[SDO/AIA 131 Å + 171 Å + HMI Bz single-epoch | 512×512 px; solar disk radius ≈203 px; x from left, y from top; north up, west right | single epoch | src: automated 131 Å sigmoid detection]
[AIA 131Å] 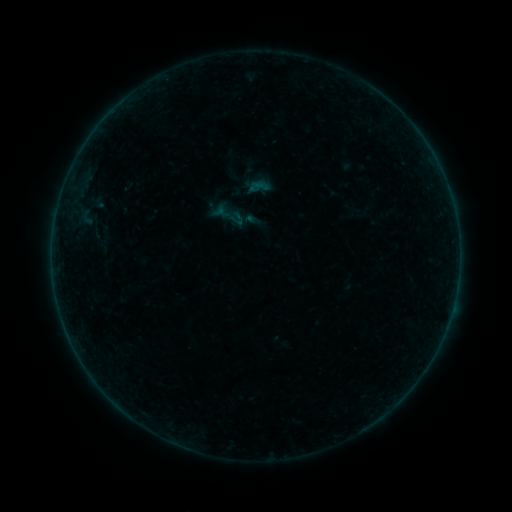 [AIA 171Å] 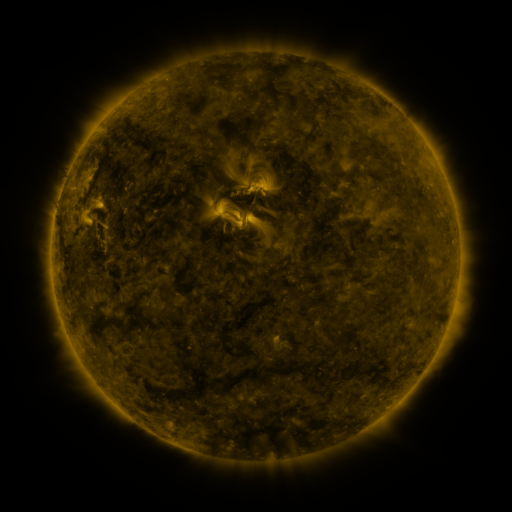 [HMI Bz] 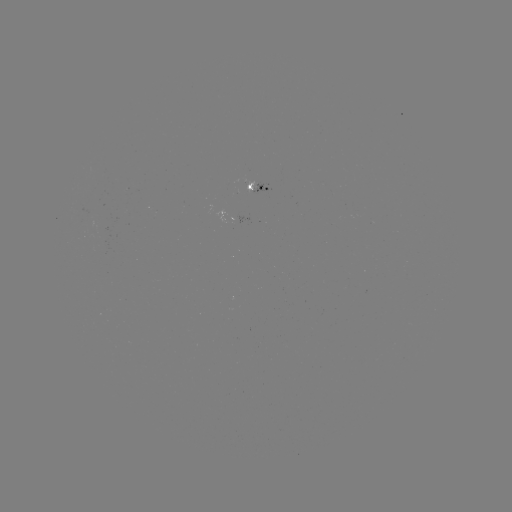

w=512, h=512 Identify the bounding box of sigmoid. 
[247, 175, 271, 198].